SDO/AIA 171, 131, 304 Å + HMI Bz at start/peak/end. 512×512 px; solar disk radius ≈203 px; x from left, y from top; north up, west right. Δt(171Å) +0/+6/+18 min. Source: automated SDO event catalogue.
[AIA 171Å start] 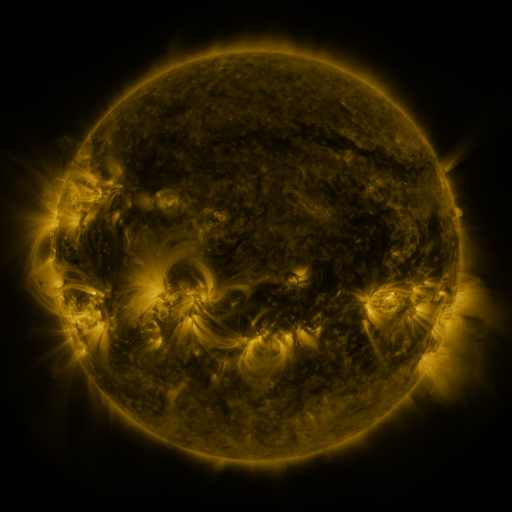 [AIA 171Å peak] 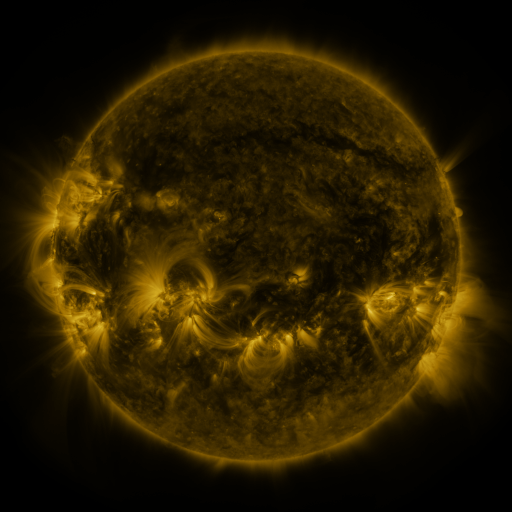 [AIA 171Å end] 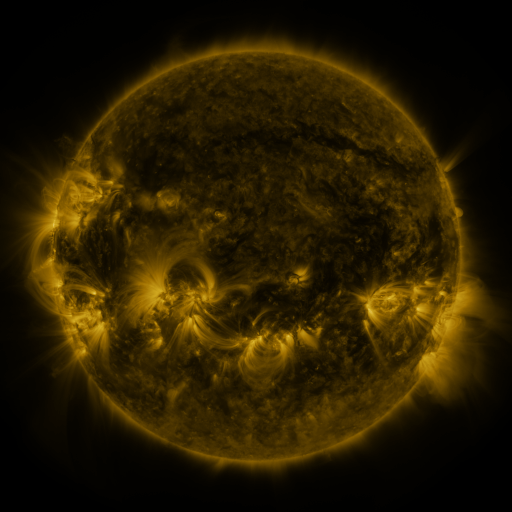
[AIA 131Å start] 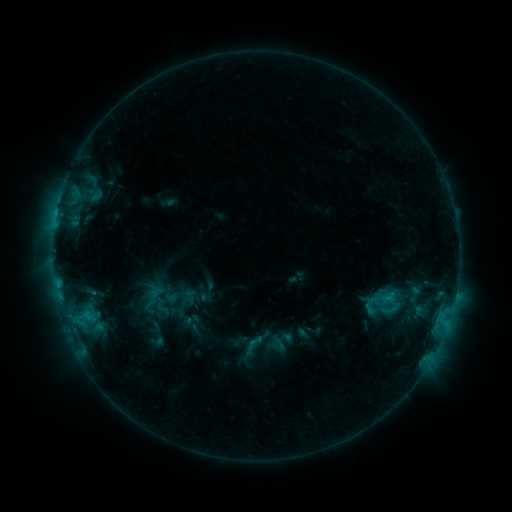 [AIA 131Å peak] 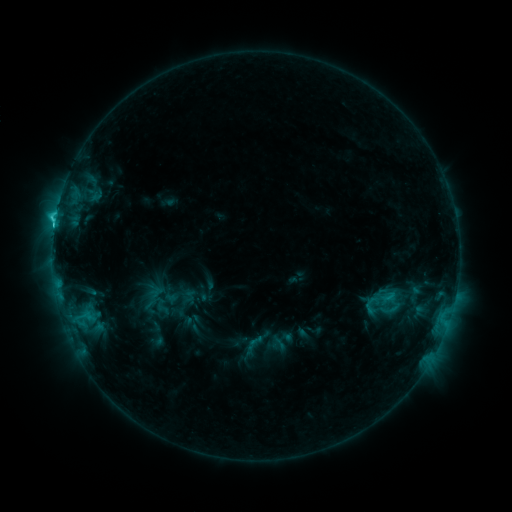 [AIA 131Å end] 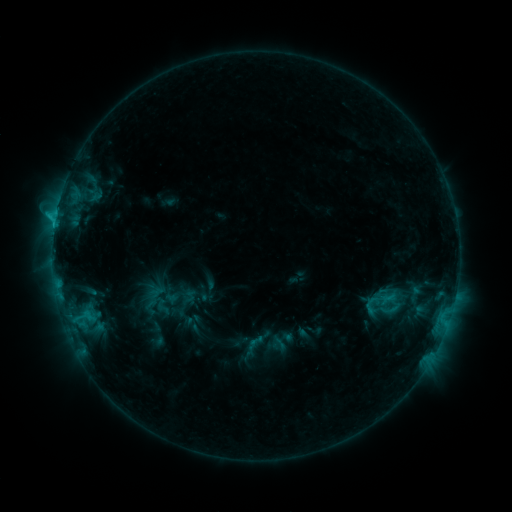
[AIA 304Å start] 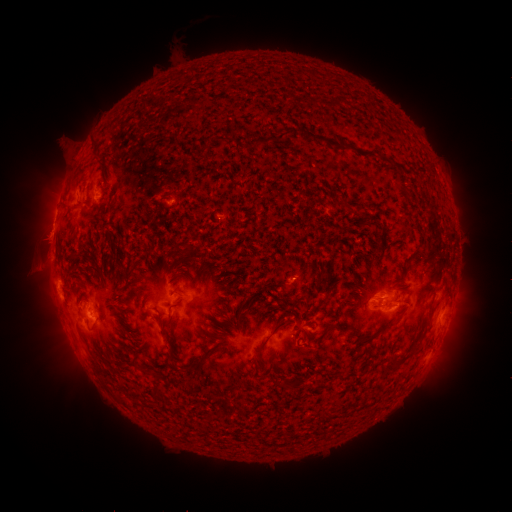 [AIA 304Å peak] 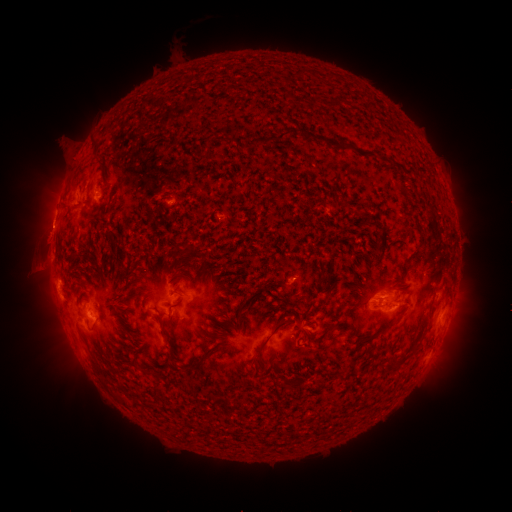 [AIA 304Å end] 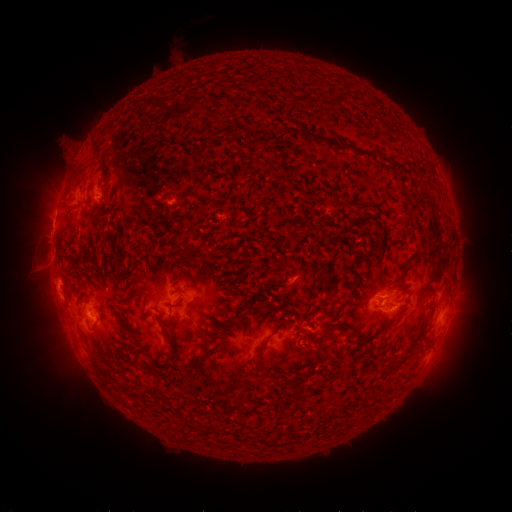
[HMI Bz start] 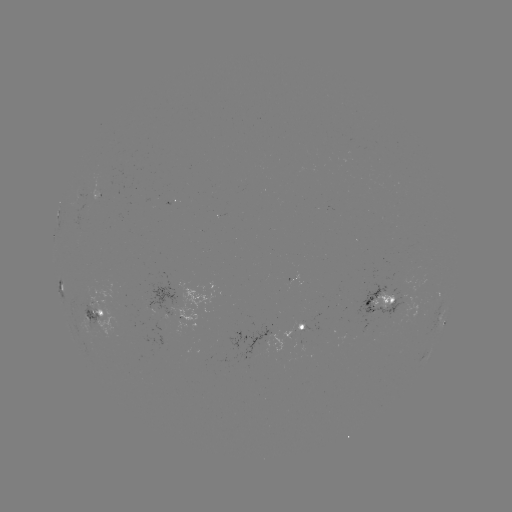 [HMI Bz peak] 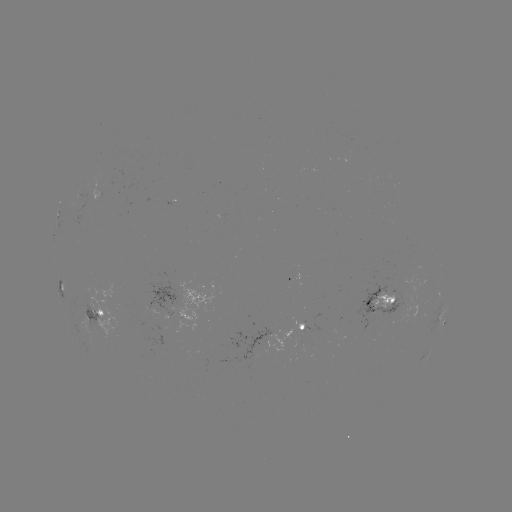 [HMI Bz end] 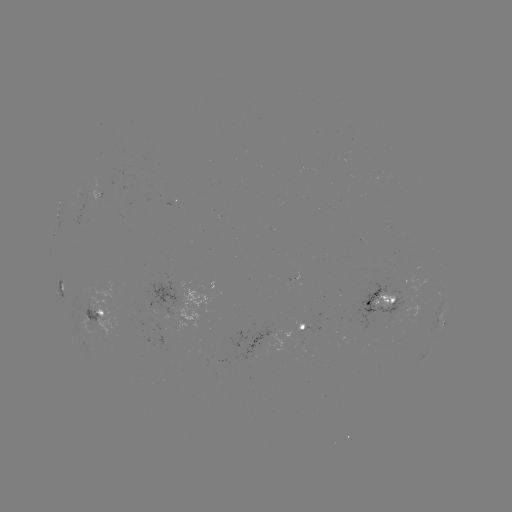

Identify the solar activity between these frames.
C2.1 flare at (54, 227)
